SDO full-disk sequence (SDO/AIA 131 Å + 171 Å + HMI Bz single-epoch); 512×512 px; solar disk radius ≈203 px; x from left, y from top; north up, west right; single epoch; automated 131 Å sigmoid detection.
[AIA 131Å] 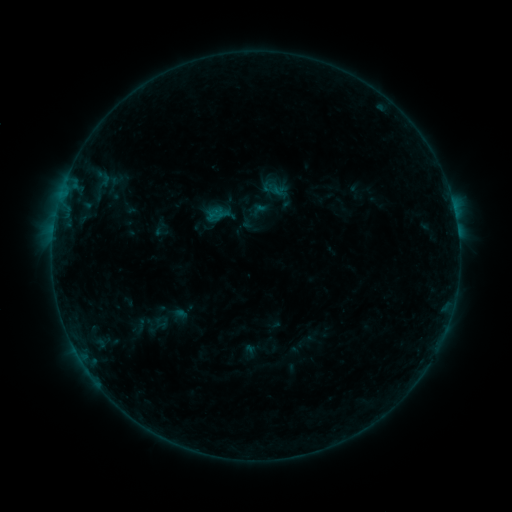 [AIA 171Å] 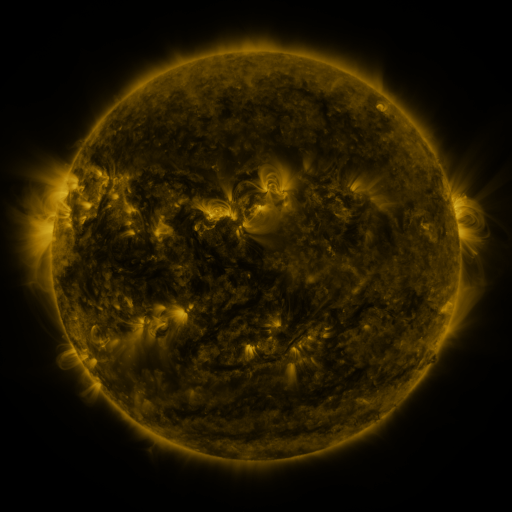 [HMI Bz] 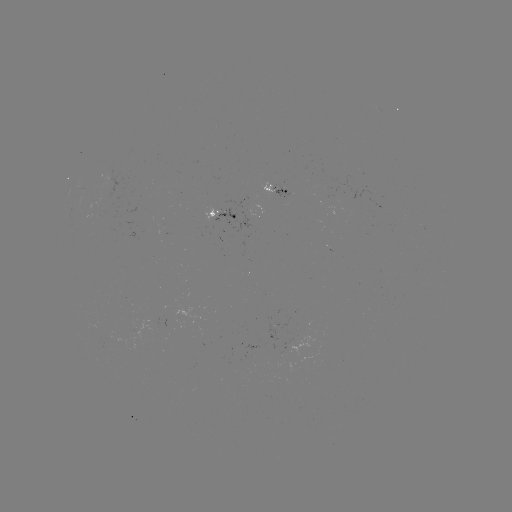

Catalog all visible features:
sigmoid: (140, 312, 175, 338)
